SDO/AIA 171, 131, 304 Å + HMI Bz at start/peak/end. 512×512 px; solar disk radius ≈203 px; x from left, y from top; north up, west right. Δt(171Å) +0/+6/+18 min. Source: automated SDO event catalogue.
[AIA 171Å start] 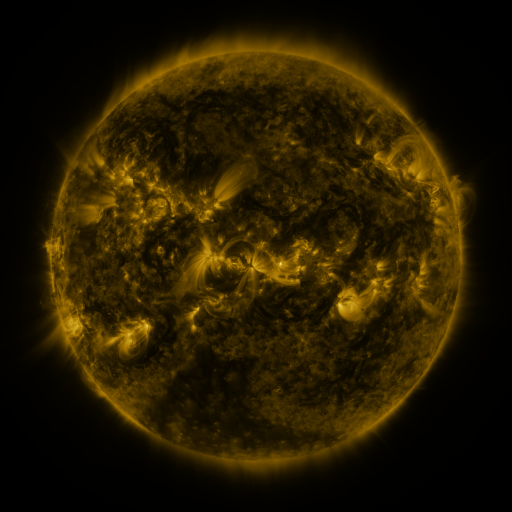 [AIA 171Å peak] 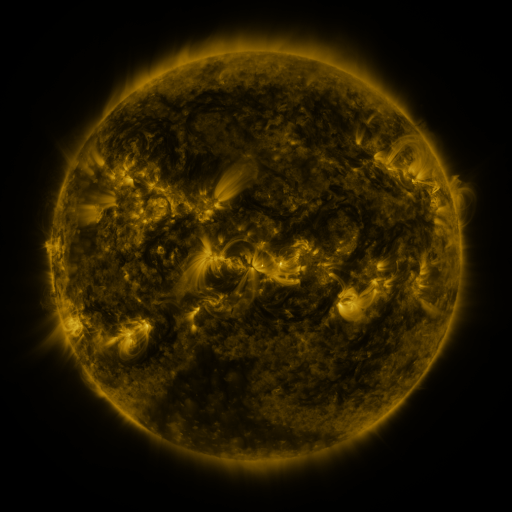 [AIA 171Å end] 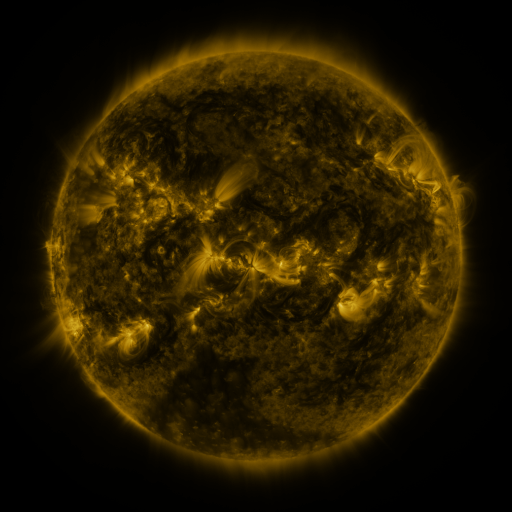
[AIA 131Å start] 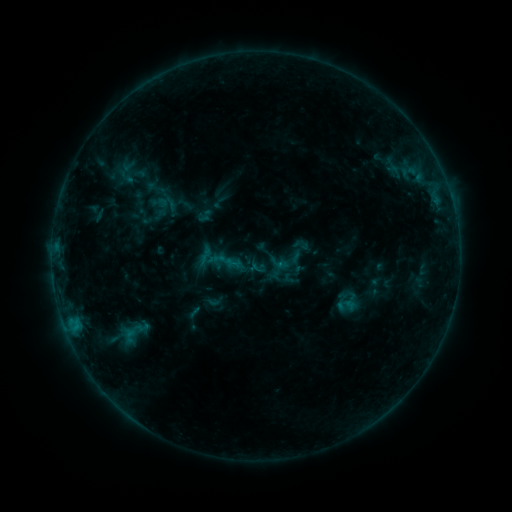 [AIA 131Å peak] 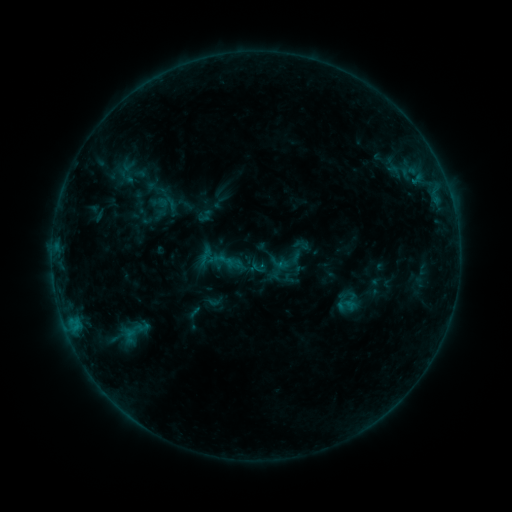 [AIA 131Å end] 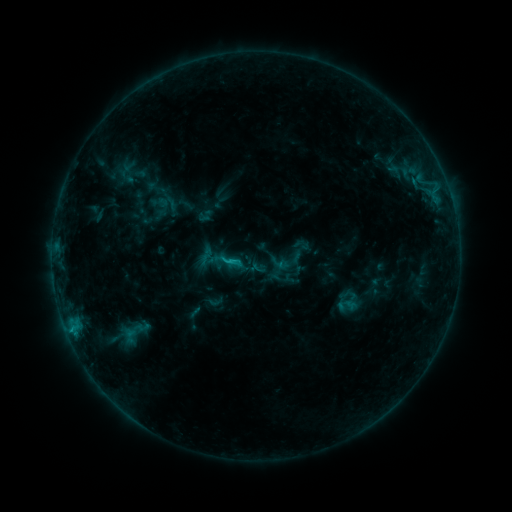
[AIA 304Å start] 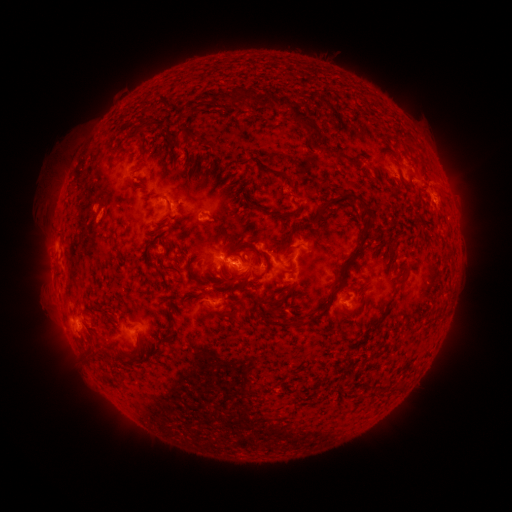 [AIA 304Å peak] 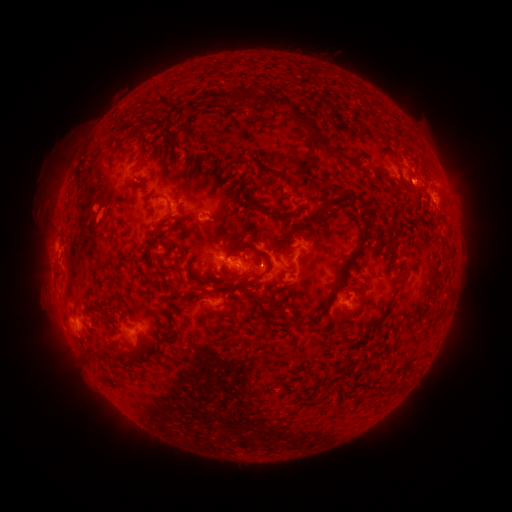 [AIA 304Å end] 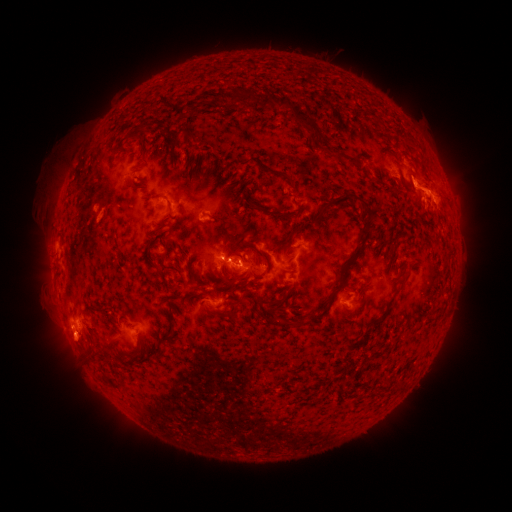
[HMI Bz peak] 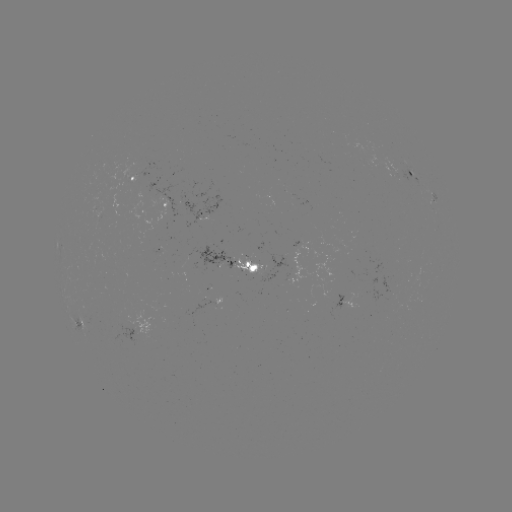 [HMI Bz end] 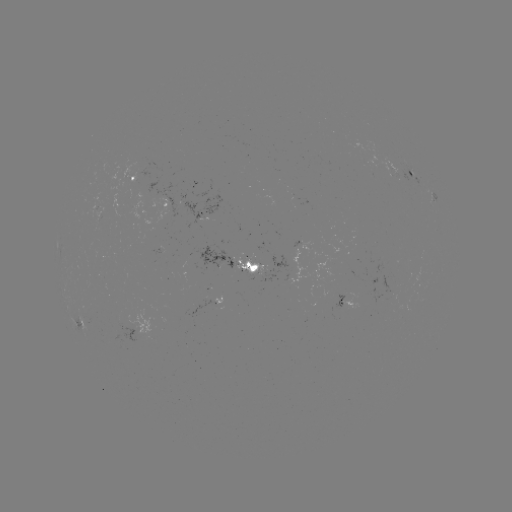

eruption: (390, 134, 458, 218)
